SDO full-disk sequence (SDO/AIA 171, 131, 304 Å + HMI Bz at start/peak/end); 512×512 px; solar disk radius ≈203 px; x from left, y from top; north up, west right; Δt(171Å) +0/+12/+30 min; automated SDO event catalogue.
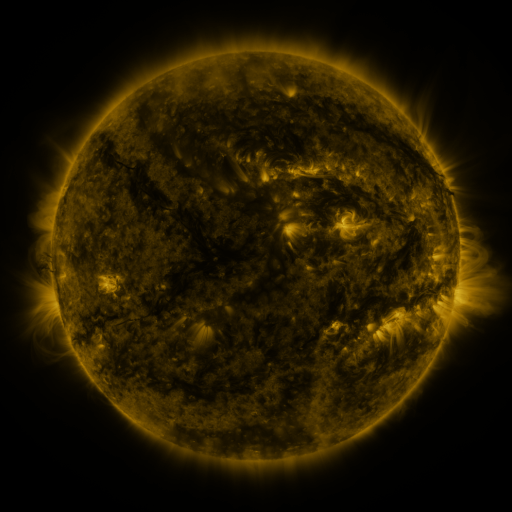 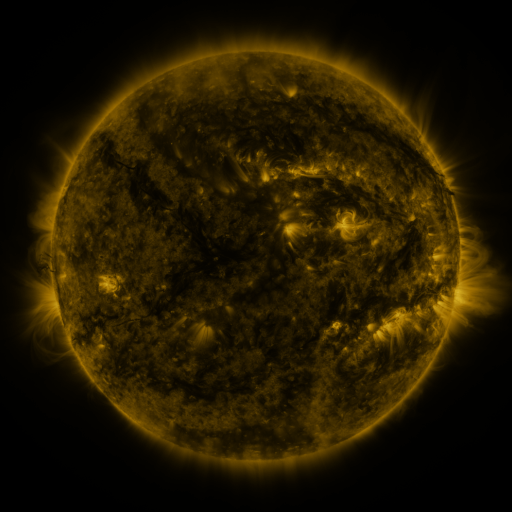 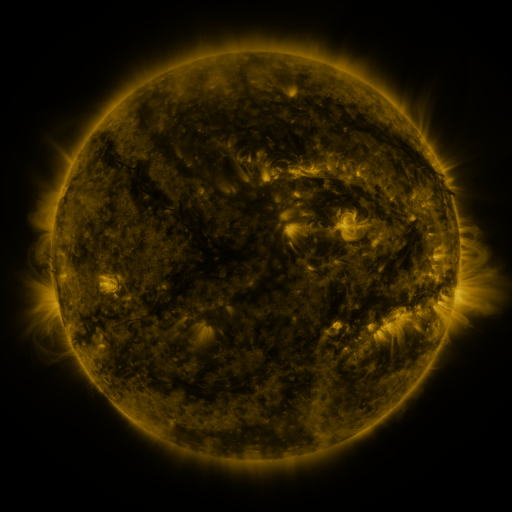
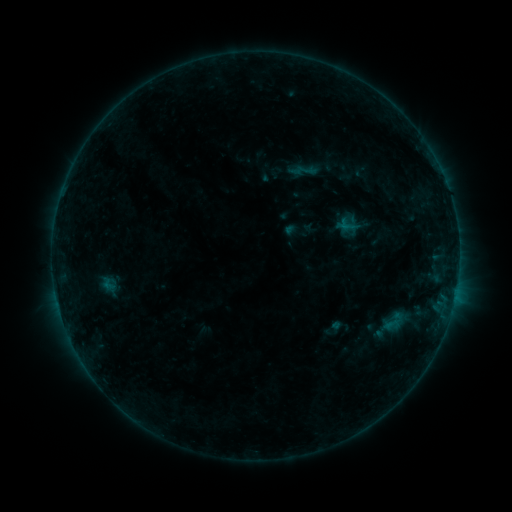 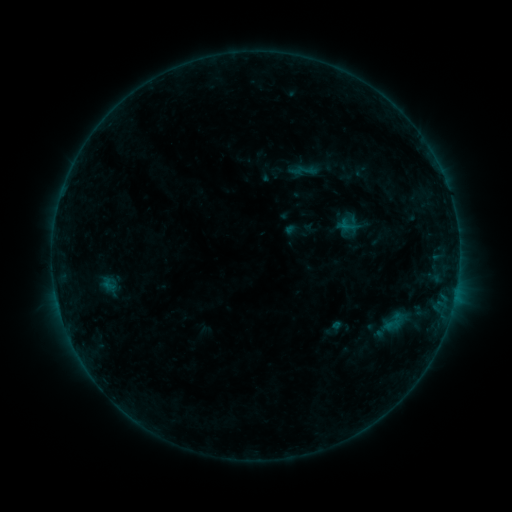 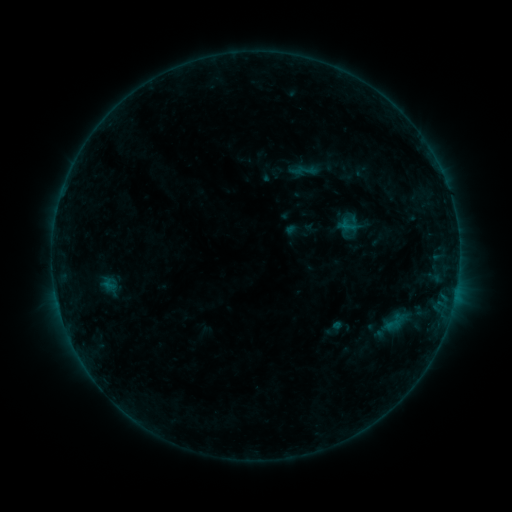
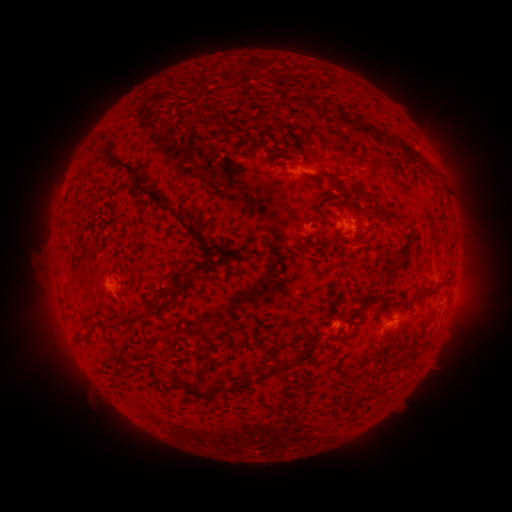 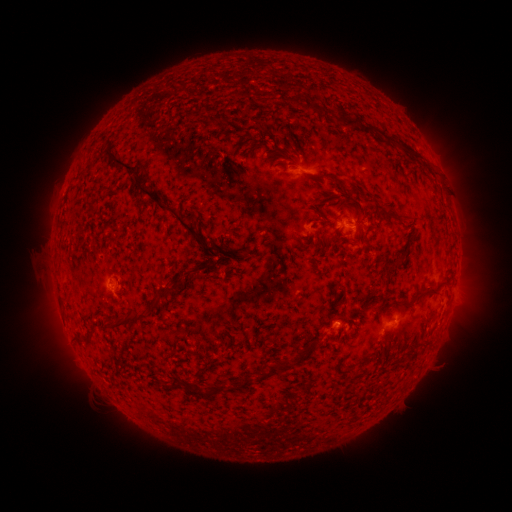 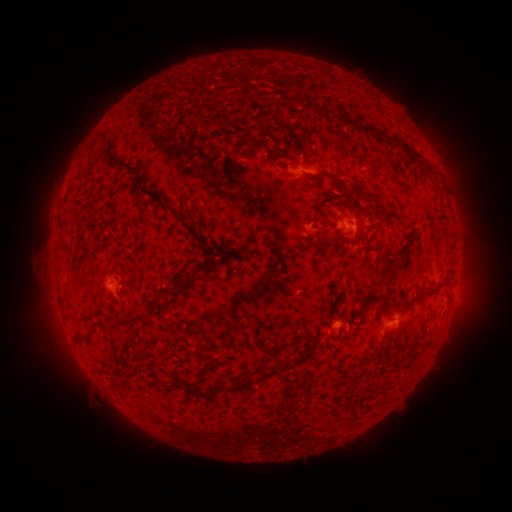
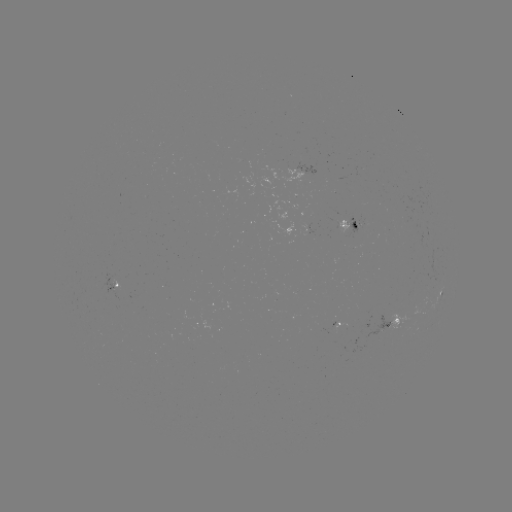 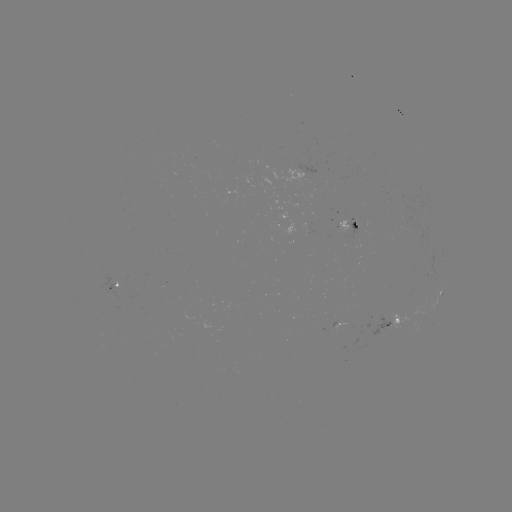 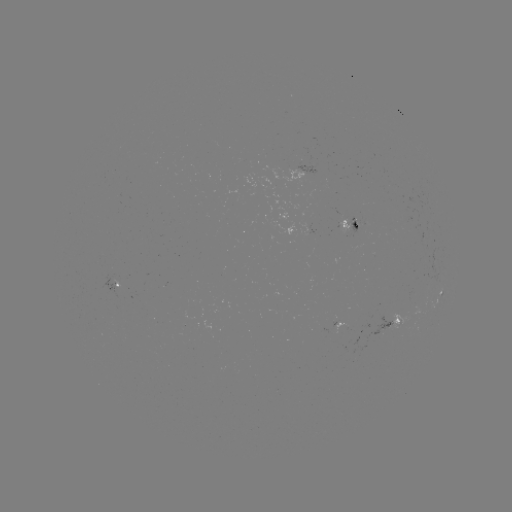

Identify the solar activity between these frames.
no classed flare was catalogued and no EUV brightening was flagged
